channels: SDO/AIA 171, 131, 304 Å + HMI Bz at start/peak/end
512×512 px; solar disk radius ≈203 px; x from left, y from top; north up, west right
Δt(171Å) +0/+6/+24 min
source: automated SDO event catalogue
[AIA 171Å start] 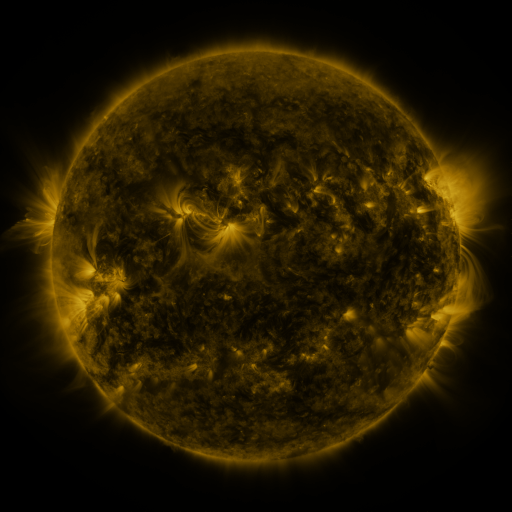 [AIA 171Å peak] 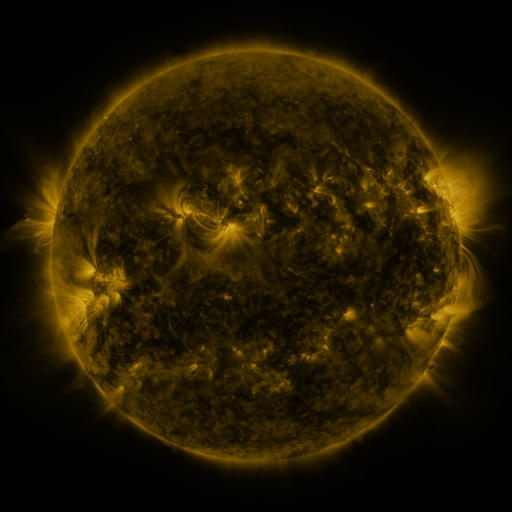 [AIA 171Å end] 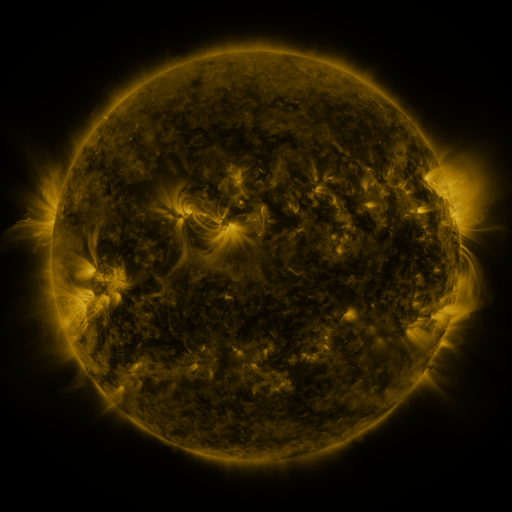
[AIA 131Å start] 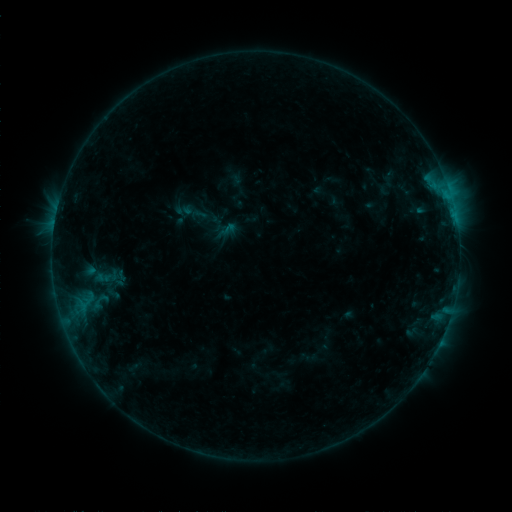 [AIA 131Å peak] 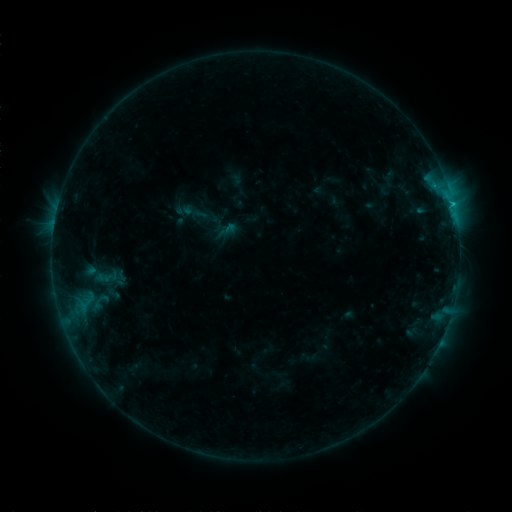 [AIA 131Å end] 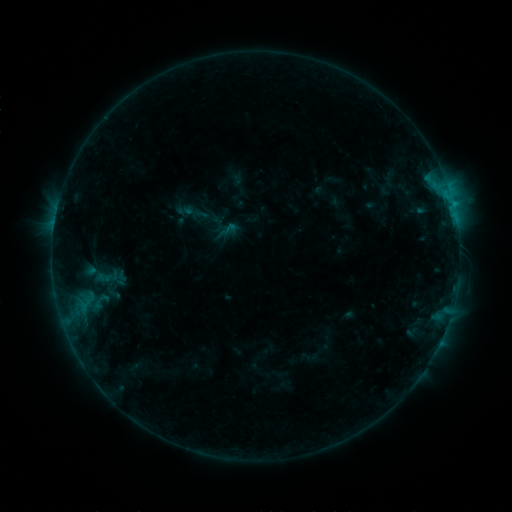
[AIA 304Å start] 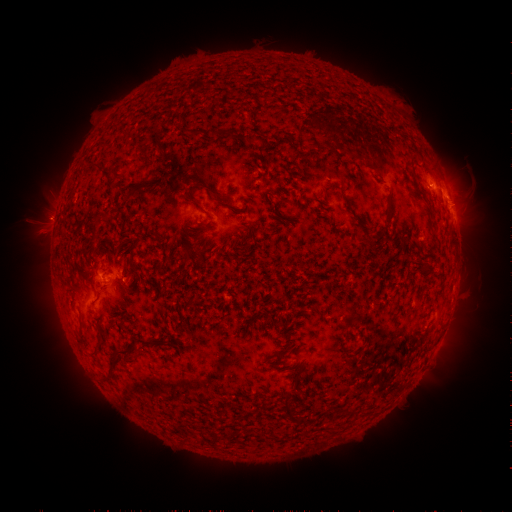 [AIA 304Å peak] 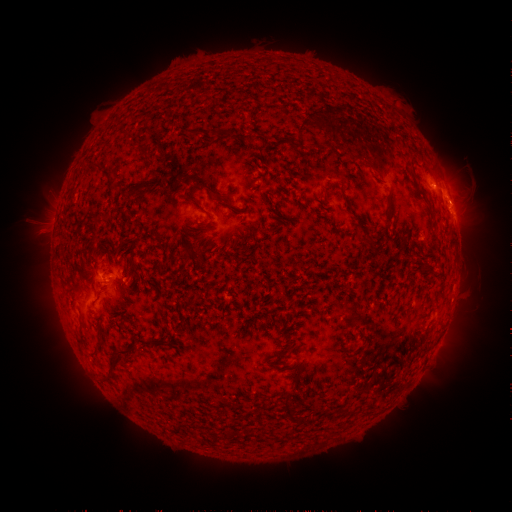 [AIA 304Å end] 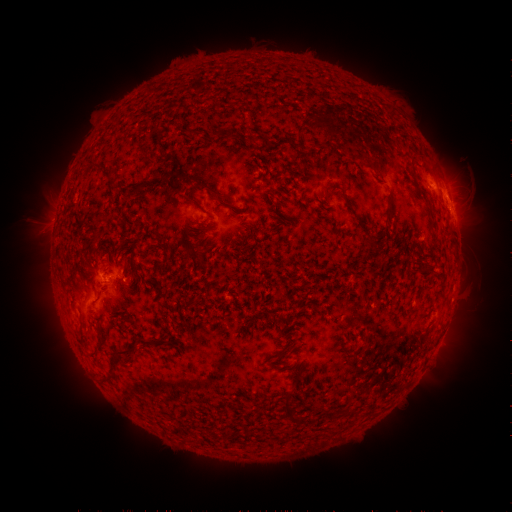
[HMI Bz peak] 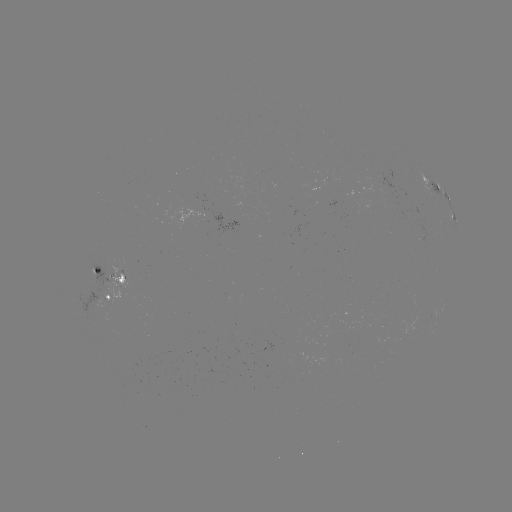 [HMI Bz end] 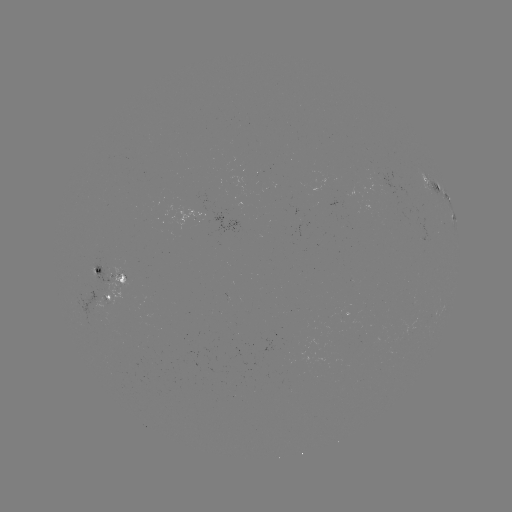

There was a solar flare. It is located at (453, 206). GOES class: B9.5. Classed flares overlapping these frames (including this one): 1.